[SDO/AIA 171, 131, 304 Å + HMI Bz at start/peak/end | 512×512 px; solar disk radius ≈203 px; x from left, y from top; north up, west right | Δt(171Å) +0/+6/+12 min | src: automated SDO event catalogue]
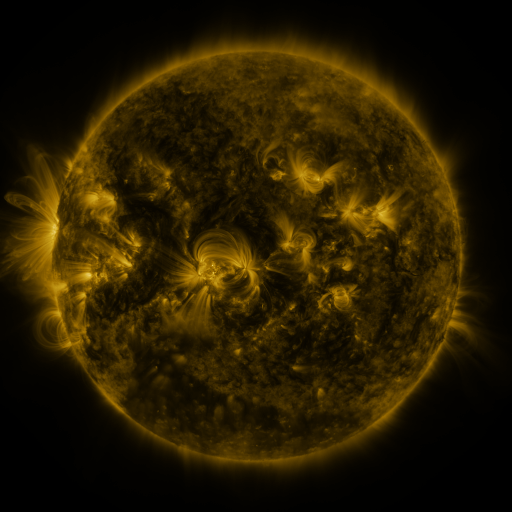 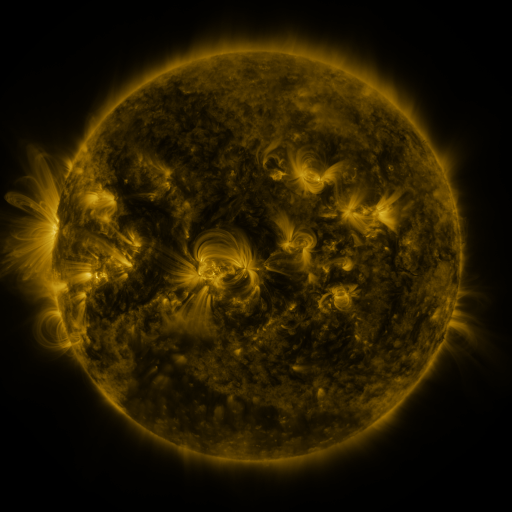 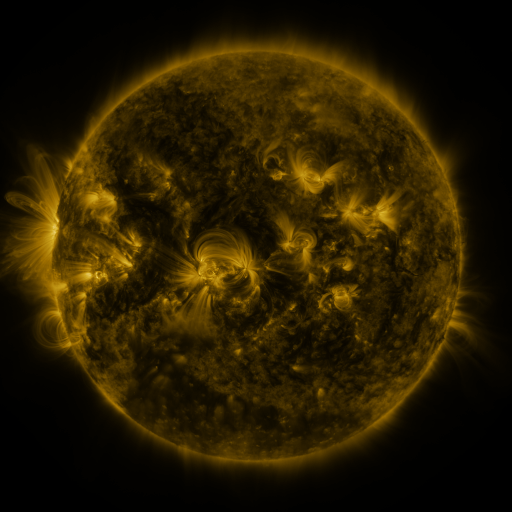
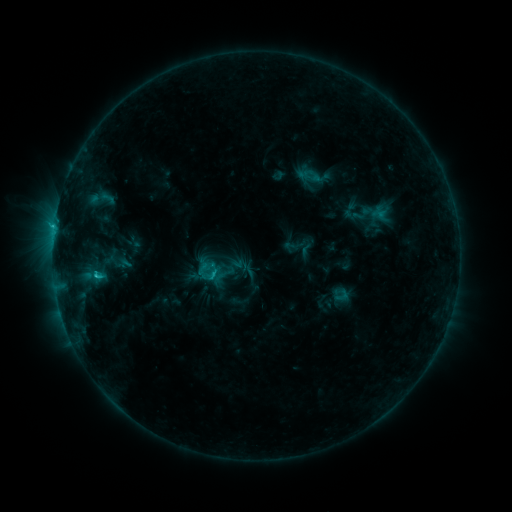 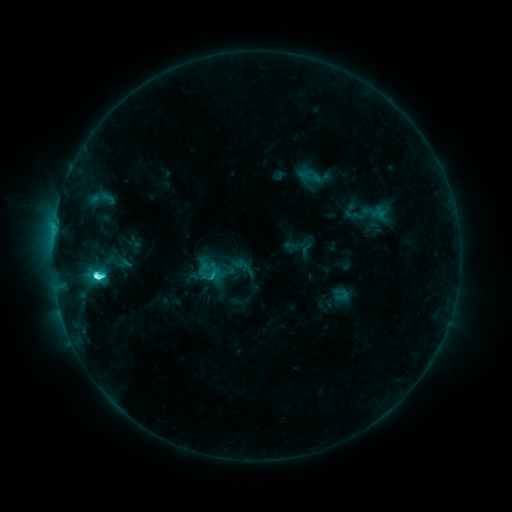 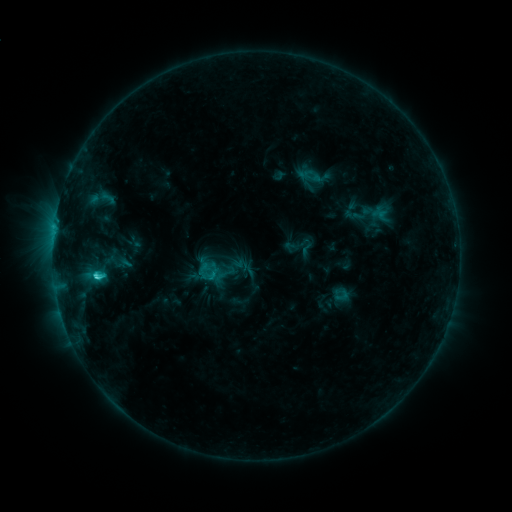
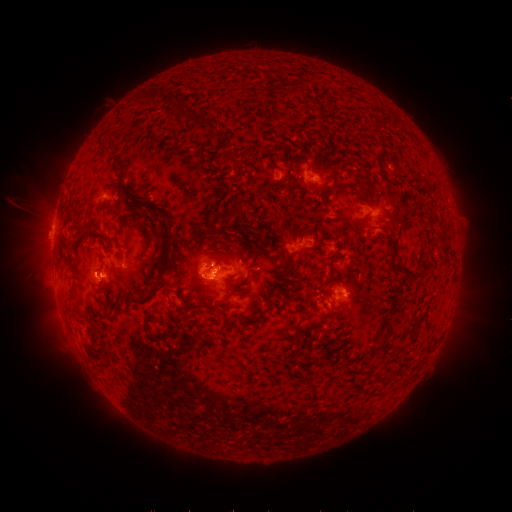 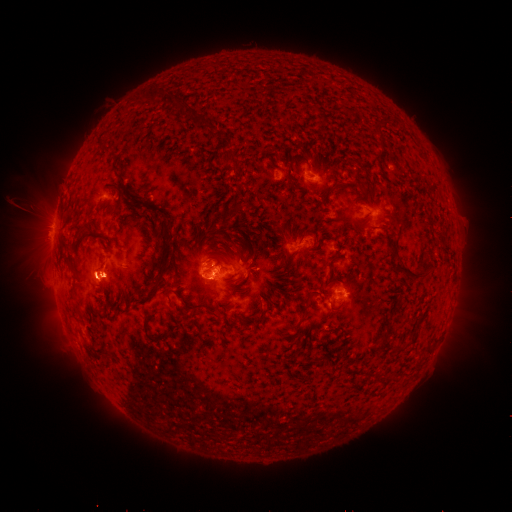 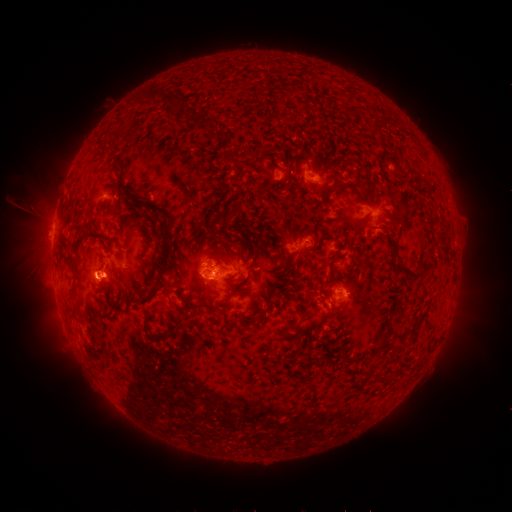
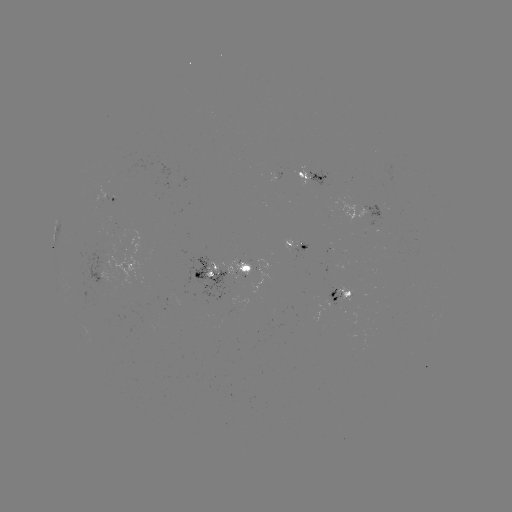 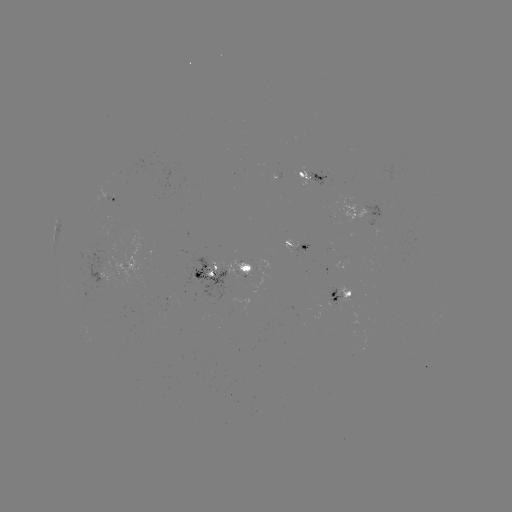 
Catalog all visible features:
C5.7 flare: (97, 275)
